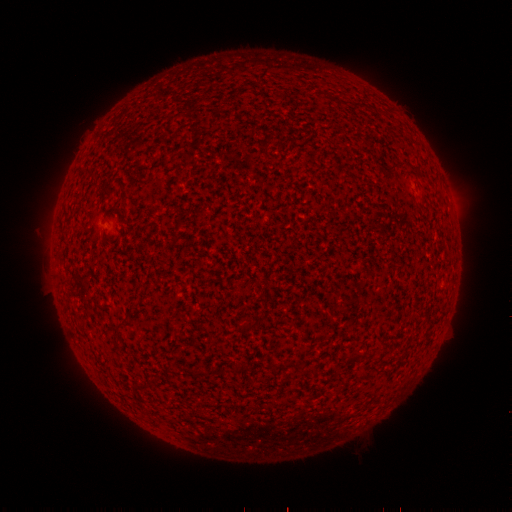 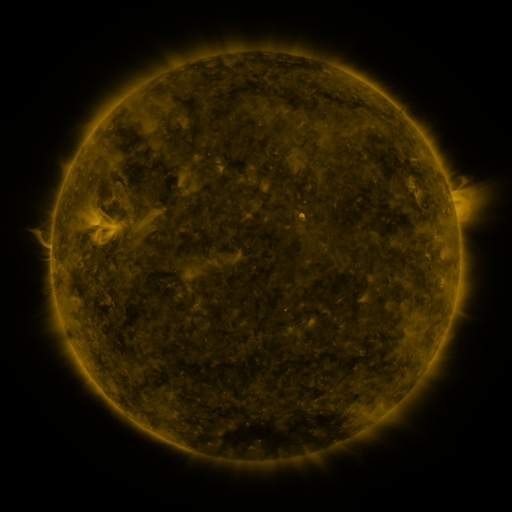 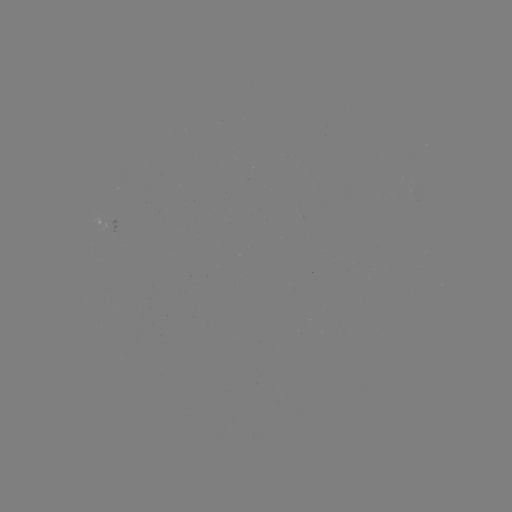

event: spotted active region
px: (114, 228)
